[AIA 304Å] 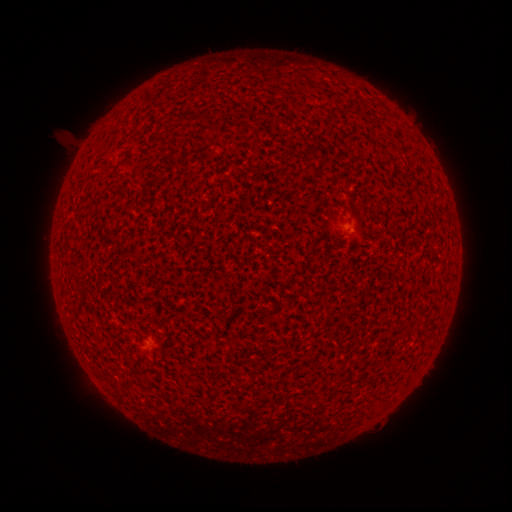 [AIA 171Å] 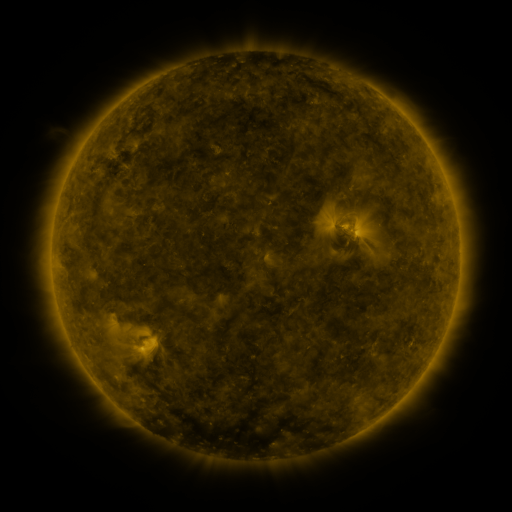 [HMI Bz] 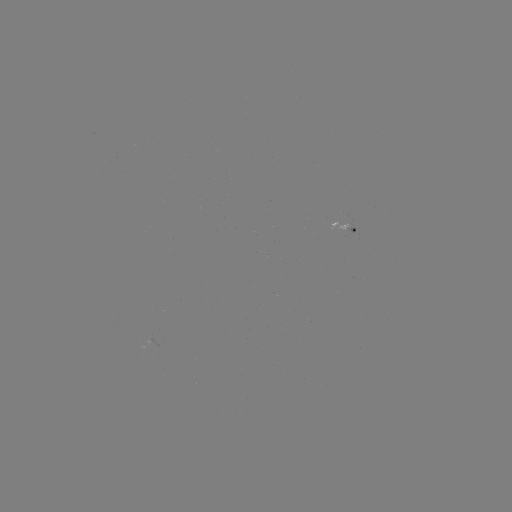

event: spotted active region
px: (351, 223)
